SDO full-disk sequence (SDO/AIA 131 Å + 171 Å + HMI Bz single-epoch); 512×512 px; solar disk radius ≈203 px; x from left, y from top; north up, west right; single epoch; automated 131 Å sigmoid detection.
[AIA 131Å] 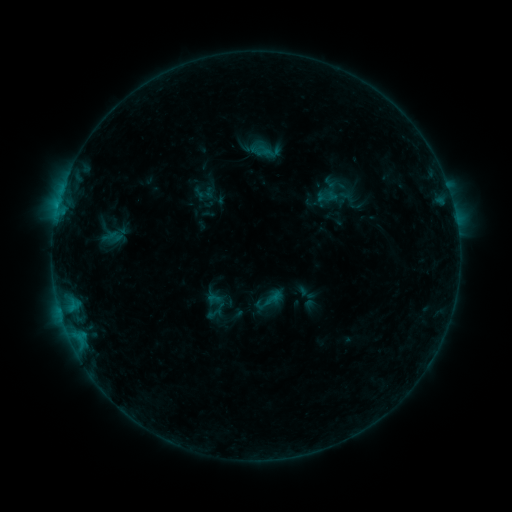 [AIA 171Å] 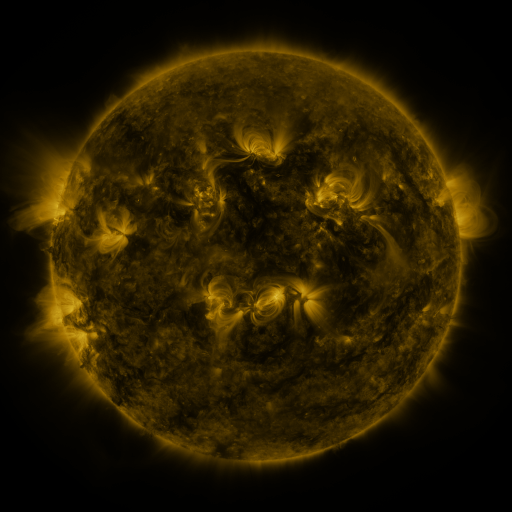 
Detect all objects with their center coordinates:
sigmoid: (272, 300)
sigmoid: (215, 314)
